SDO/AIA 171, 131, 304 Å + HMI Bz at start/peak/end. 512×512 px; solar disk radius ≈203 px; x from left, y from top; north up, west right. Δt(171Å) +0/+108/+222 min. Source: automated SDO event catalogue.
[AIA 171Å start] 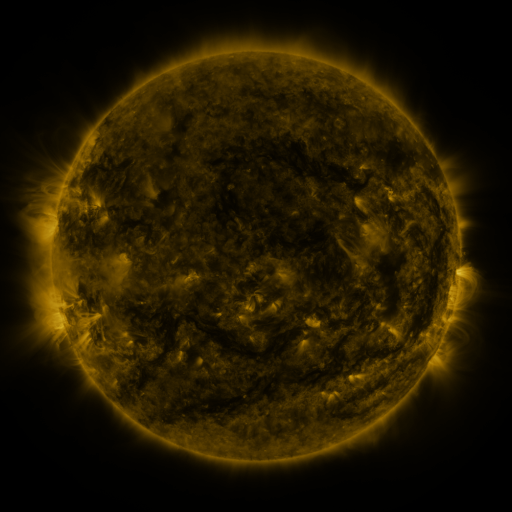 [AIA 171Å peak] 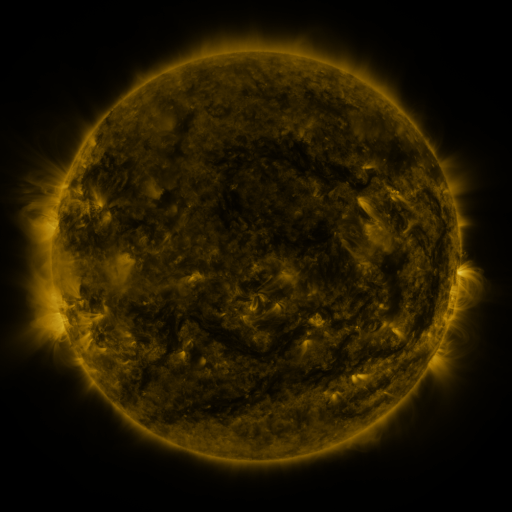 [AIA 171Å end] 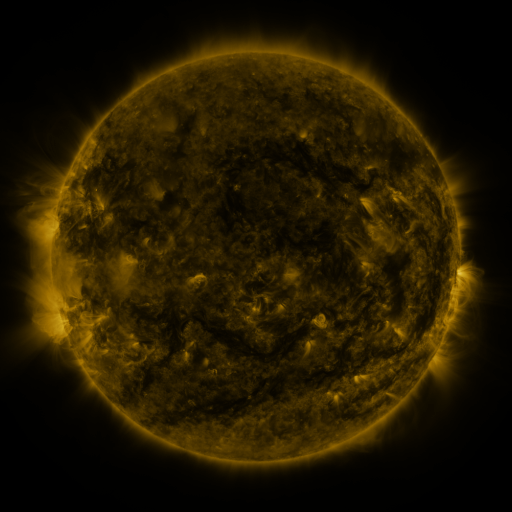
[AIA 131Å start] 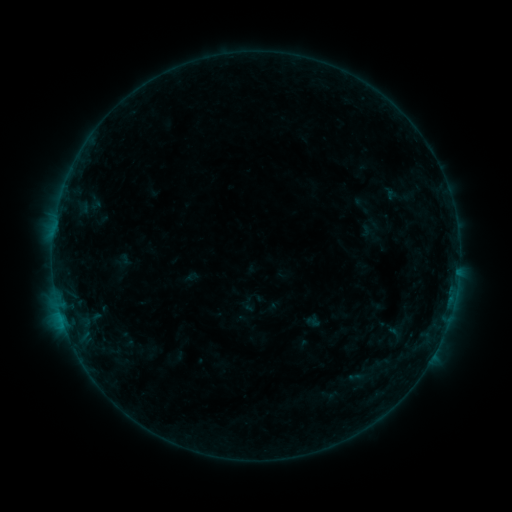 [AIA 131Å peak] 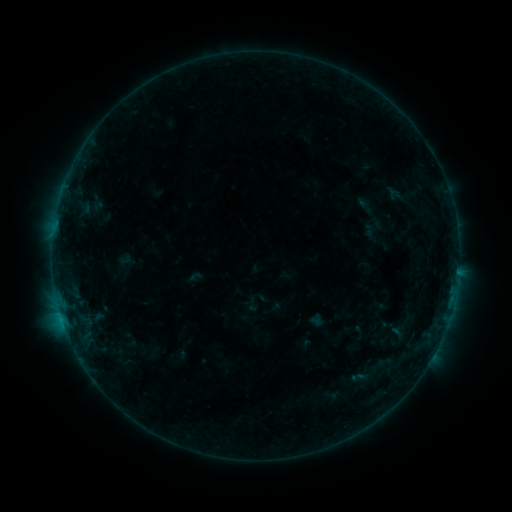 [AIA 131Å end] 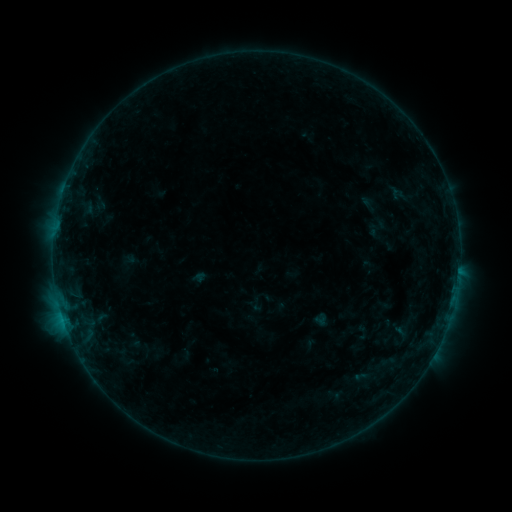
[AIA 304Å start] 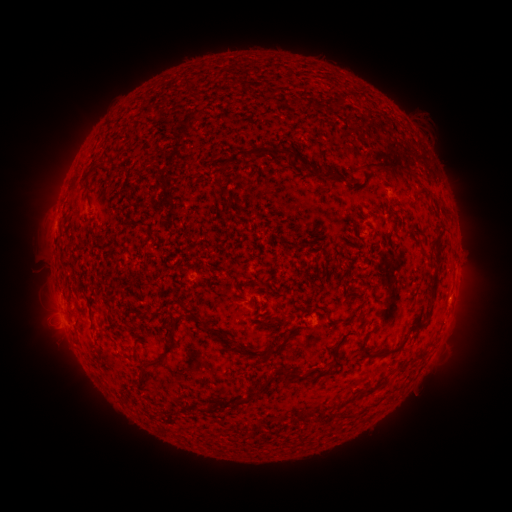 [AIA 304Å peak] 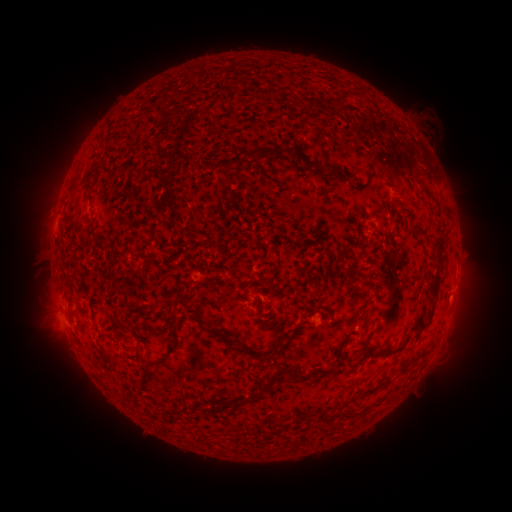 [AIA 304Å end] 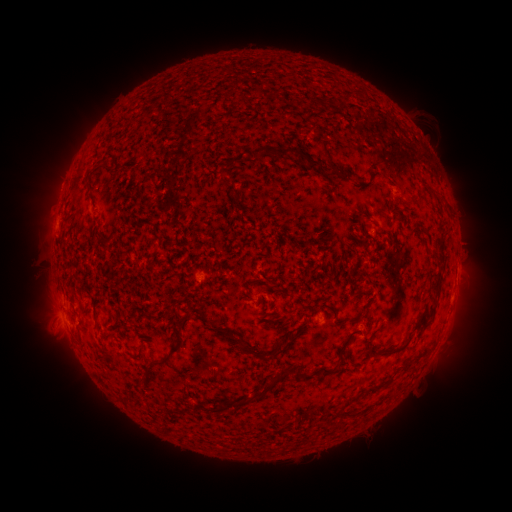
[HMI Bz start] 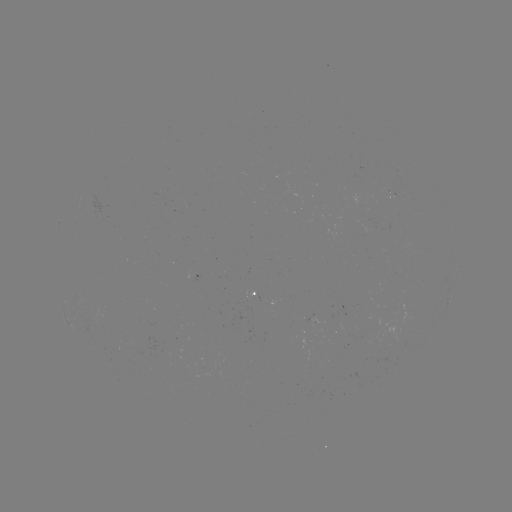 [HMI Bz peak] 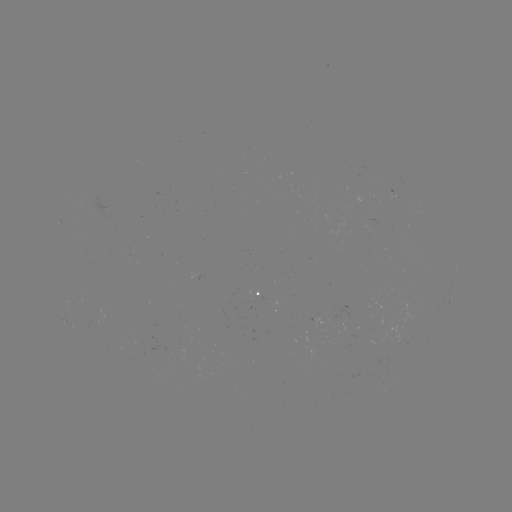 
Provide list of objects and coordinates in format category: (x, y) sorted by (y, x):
emerging-flux region: (208, 372)
